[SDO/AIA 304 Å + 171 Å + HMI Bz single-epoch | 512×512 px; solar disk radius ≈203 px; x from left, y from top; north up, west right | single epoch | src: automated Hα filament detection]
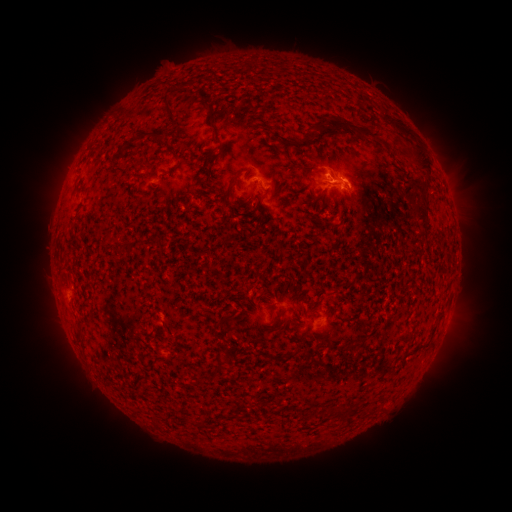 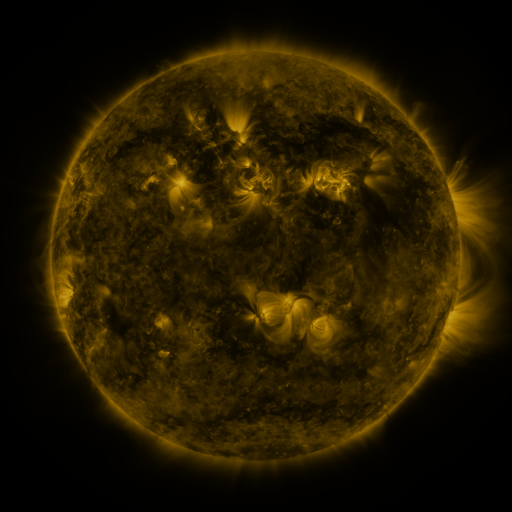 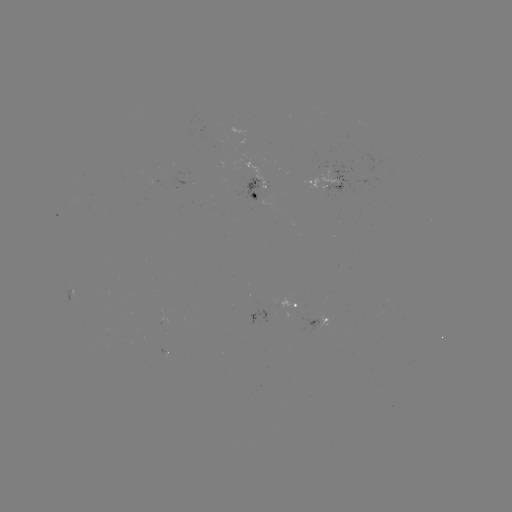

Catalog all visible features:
filament: (171, 113)
filament: (396, 122)
filament: (319, 125)
filament: (359, 128)
filament: (161, 134)
filament: (216, 134)
filament: (141, 136)
filament: (306, 139)
filament: (416, 149)
filament: (204, 165)
filament: (235, 177)
filament: (272, 182)
filament: (320, 196)
filament: (263, 206)
filament: (420, 210)
filament: (157, 240)
filament: (122, 244)
filament: (304, 309)
filament: (343, 319)
filament: (433, 330)
filament: (231, 349)
filament: (218, 369)
filament: (339, 412)
